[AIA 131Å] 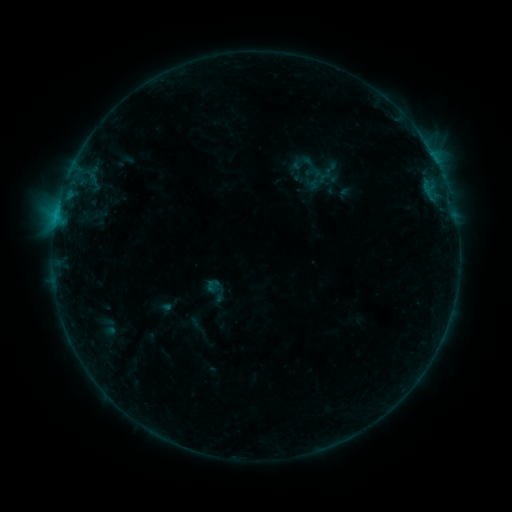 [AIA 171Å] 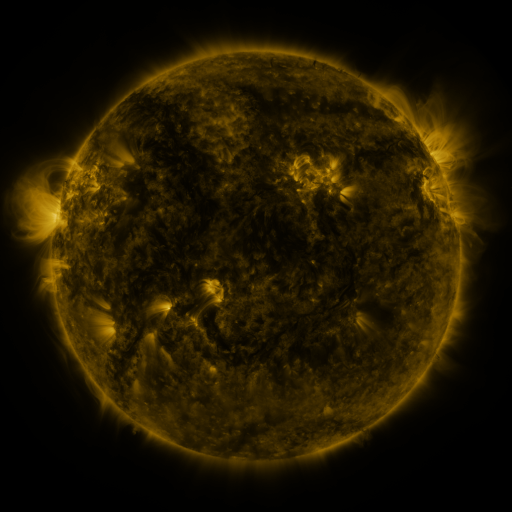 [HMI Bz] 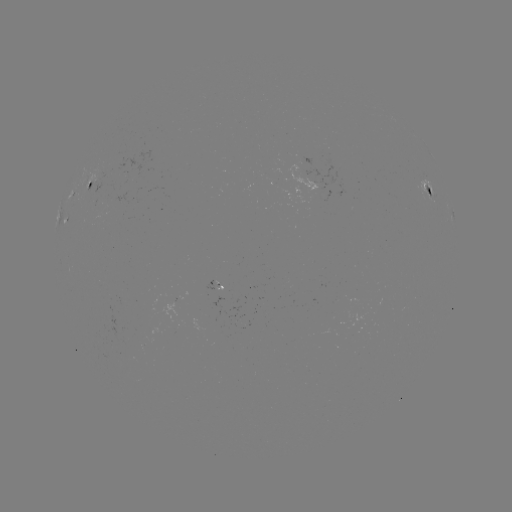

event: sigmoid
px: (303, 163)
